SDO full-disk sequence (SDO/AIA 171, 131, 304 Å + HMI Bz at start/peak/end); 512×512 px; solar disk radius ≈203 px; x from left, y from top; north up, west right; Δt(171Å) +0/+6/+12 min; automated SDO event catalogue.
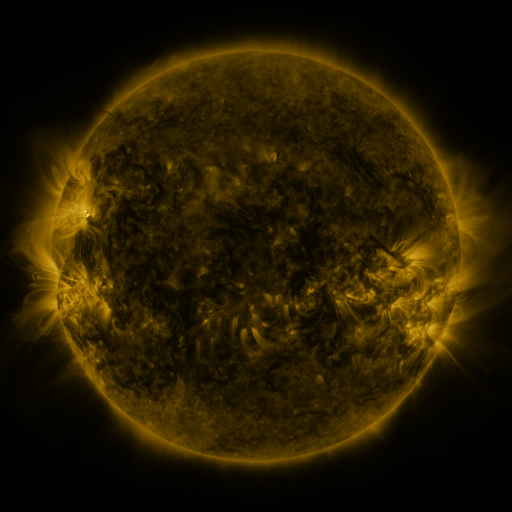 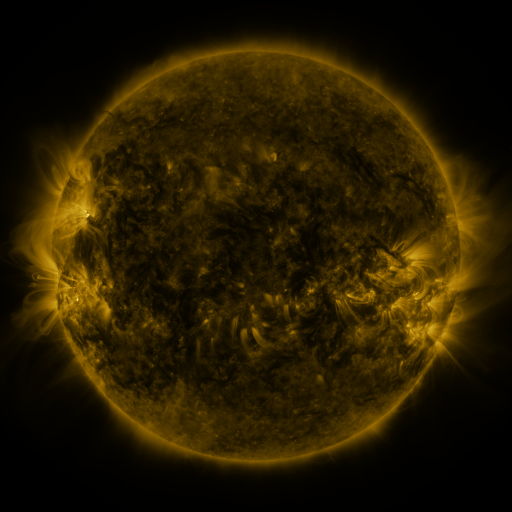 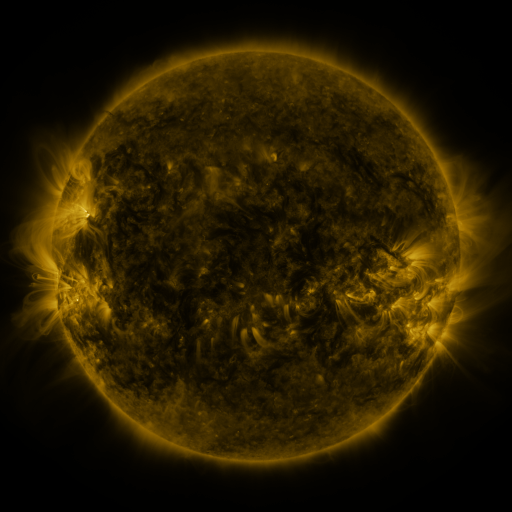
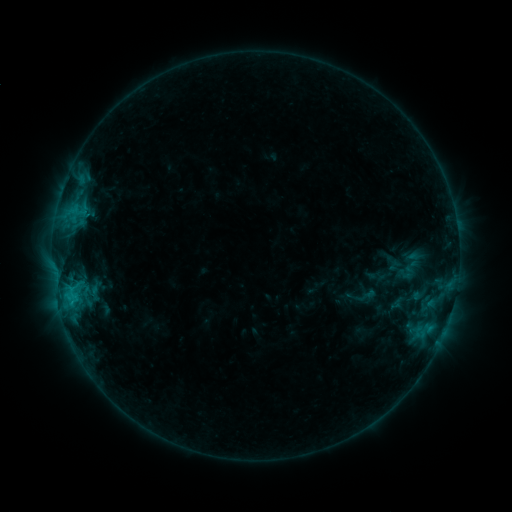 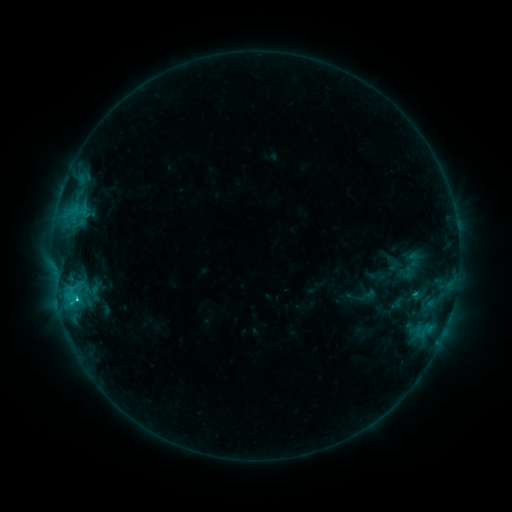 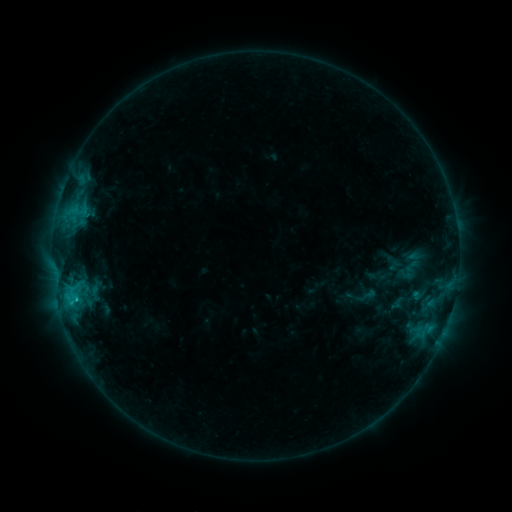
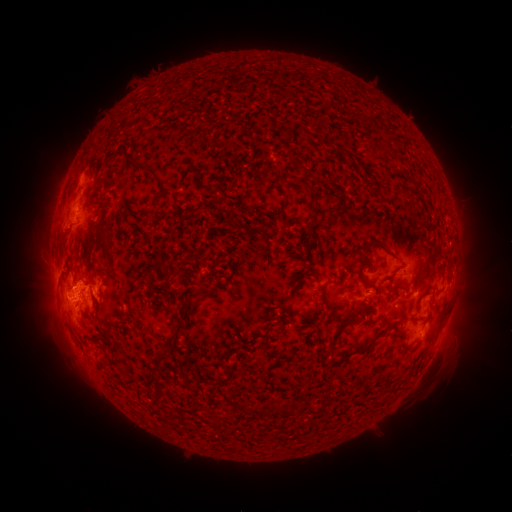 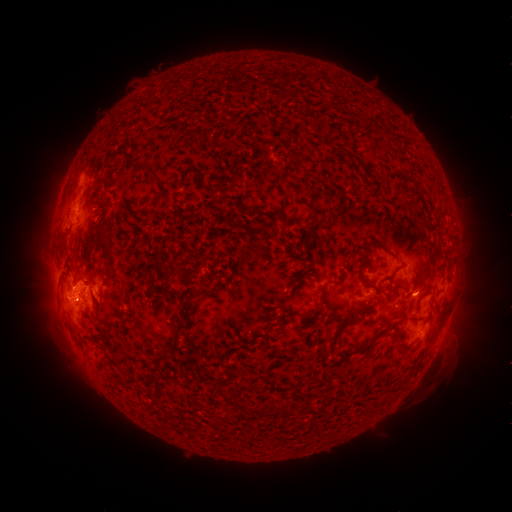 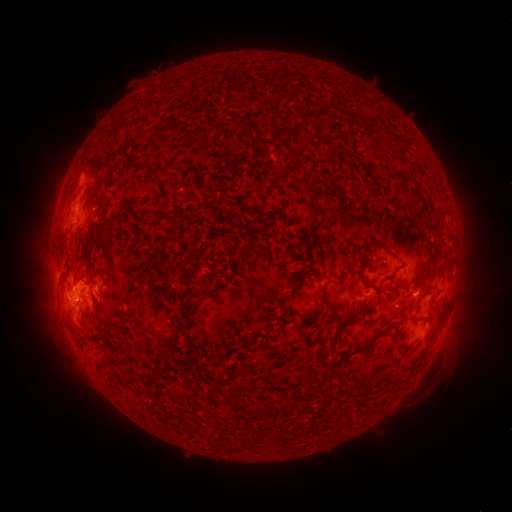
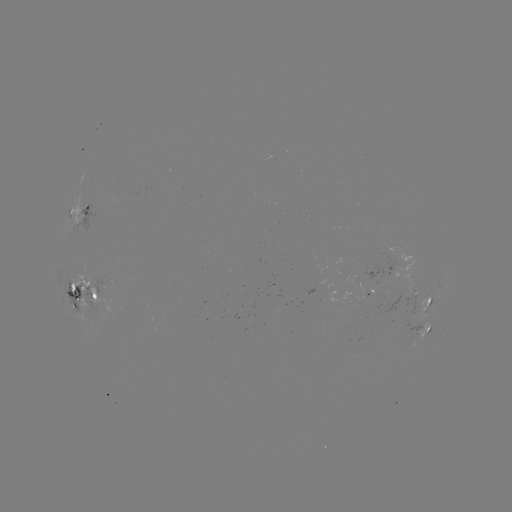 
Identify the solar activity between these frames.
C2.4 flare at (413, 292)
